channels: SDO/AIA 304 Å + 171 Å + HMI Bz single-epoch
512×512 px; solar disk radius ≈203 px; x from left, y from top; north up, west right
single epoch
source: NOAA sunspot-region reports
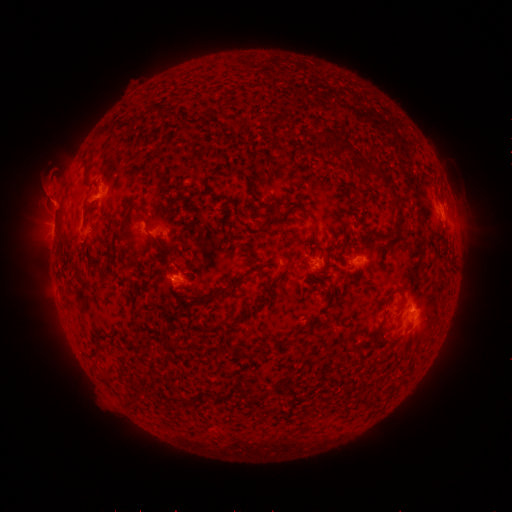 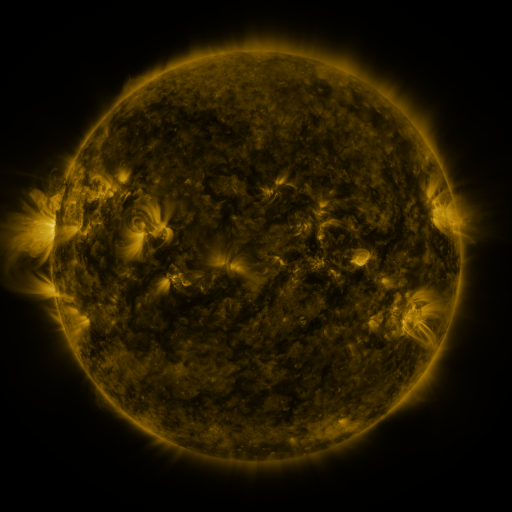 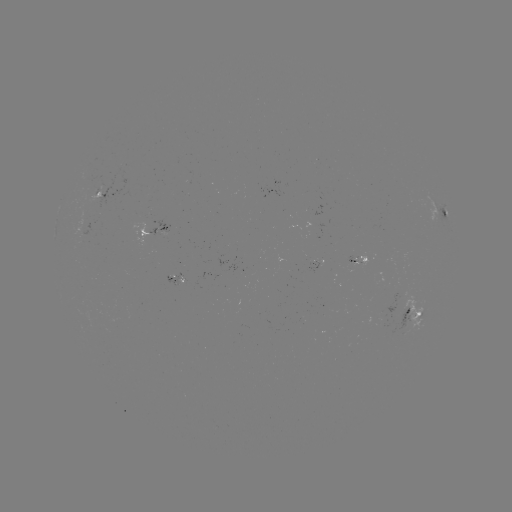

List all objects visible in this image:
spotted active region: (107, 189)
spotted active region: (447, 217)
spotted active region: (154, 226)
spotted active region: (360, 258)
spotted active region: (413, 317)
